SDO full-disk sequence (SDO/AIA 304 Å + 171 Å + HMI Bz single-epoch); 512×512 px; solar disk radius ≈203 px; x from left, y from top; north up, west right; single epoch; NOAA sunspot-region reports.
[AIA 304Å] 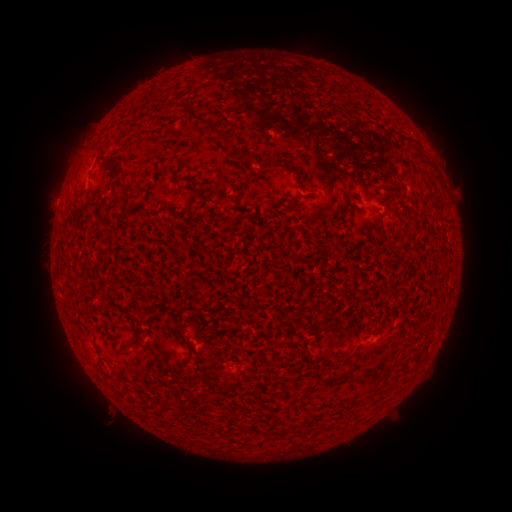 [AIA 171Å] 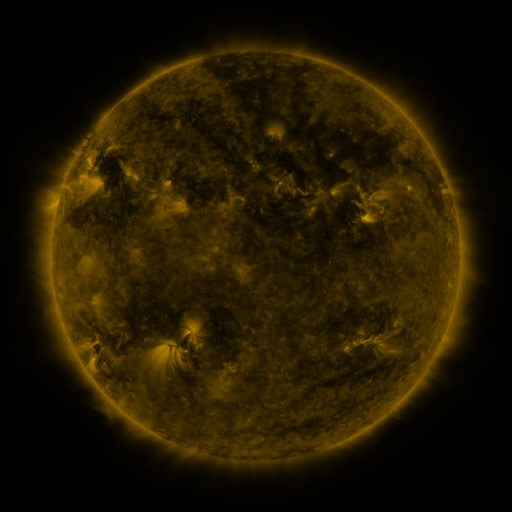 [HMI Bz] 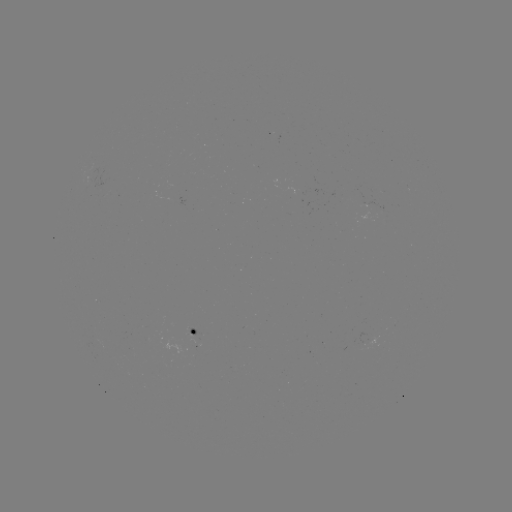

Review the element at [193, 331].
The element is spotted active region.